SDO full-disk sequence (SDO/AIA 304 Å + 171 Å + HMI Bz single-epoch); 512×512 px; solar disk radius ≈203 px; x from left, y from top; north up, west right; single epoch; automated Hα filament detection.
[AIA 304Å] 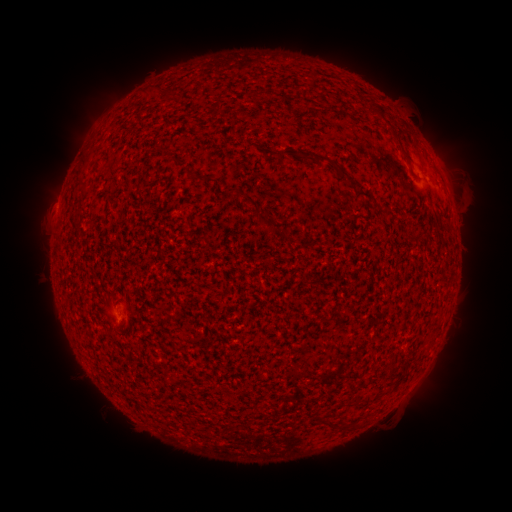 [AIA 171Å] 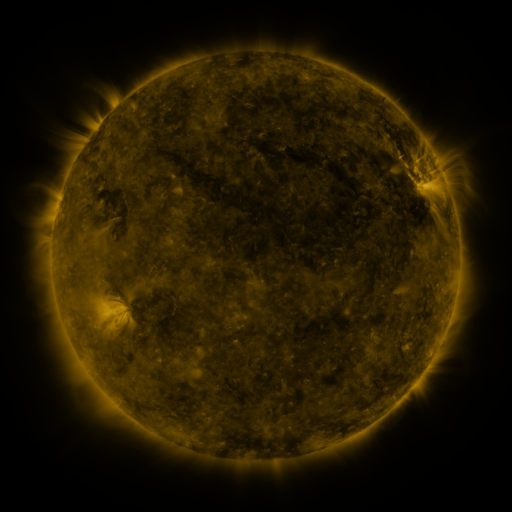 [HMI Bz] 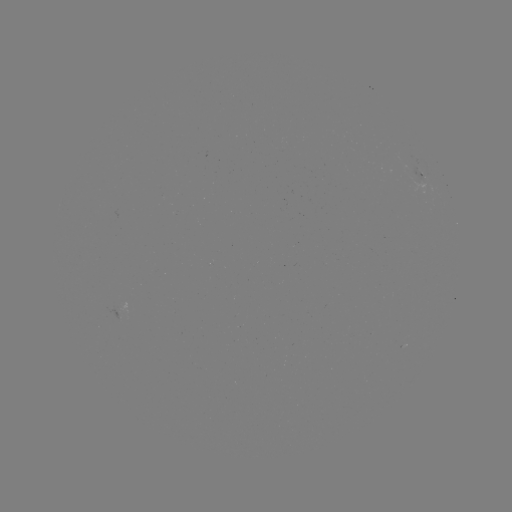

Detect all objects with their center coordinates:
filament: (378, 113)
filament: (397, 139)
filament: (86, 159)
filament: (334, 164)
filament: (202, 177)
filament: (365, 196)
filament: (387, 216)
filament: (270, 223)
